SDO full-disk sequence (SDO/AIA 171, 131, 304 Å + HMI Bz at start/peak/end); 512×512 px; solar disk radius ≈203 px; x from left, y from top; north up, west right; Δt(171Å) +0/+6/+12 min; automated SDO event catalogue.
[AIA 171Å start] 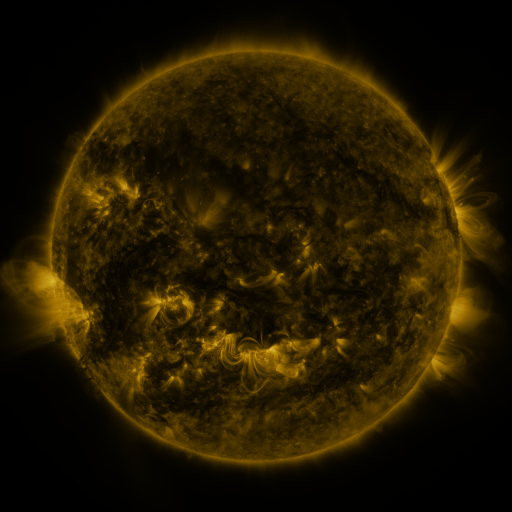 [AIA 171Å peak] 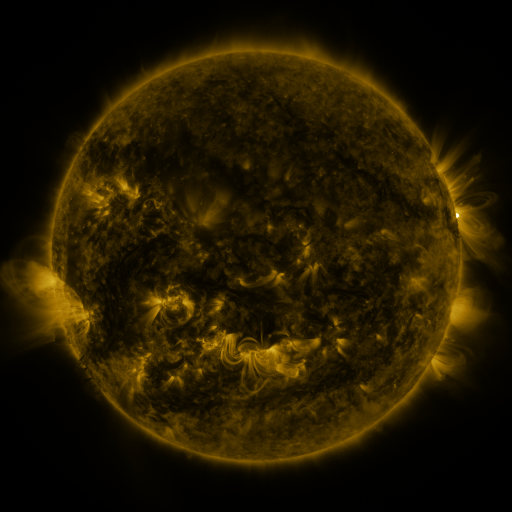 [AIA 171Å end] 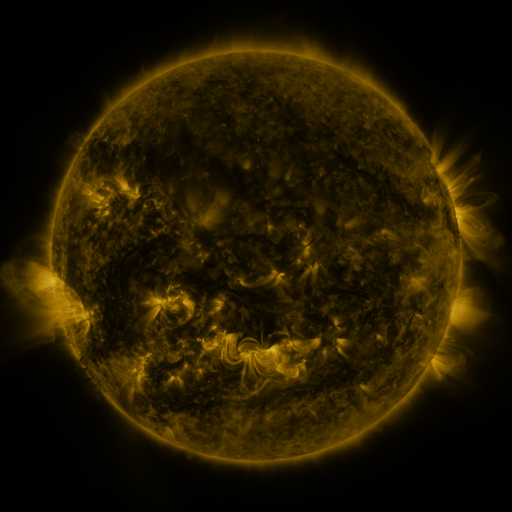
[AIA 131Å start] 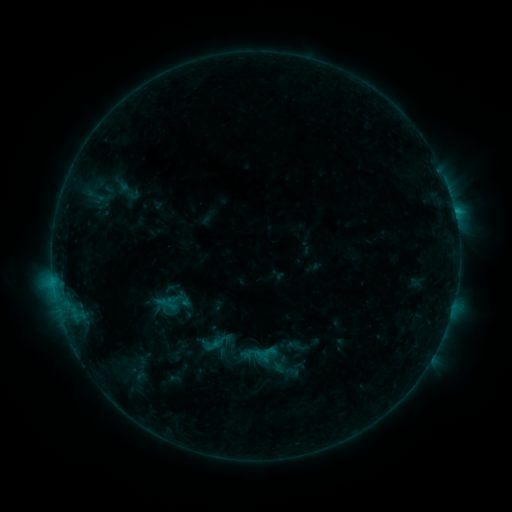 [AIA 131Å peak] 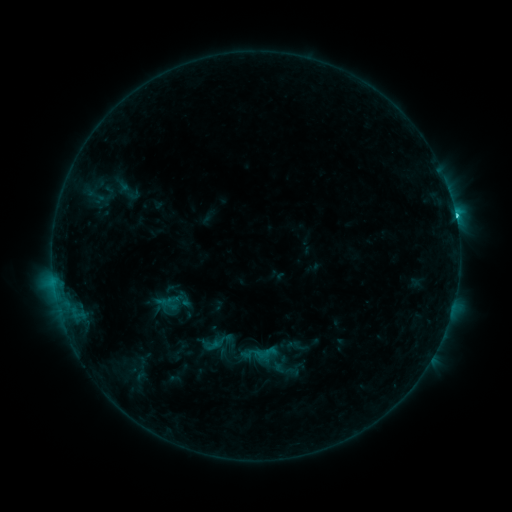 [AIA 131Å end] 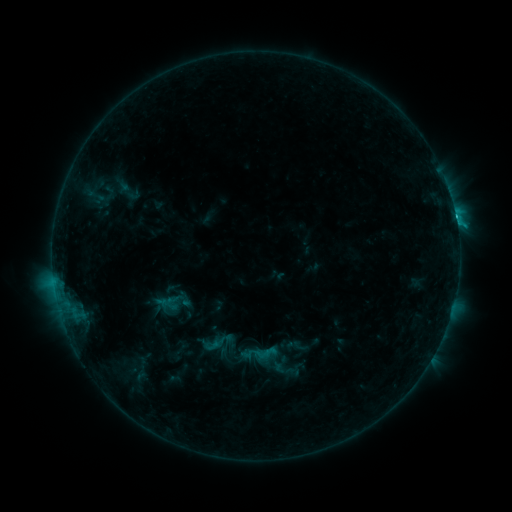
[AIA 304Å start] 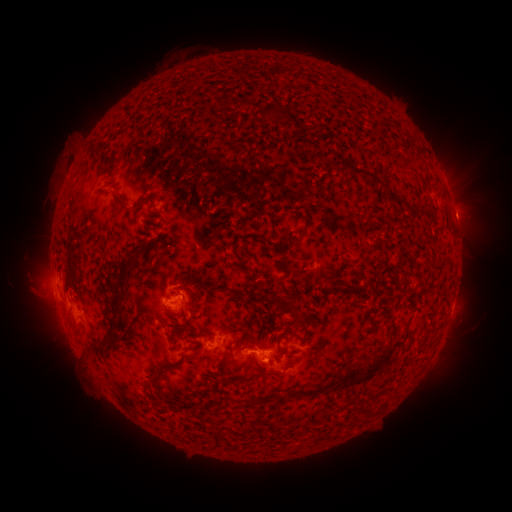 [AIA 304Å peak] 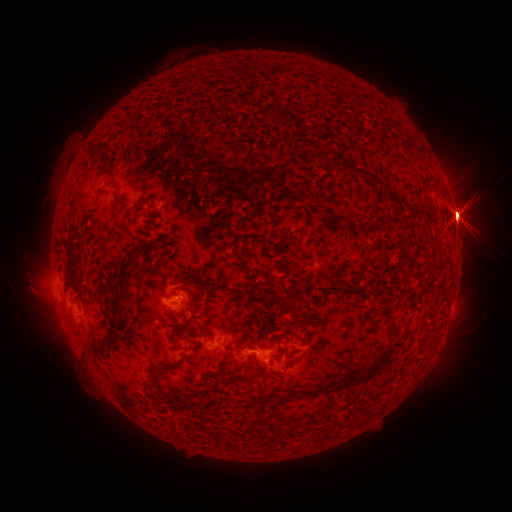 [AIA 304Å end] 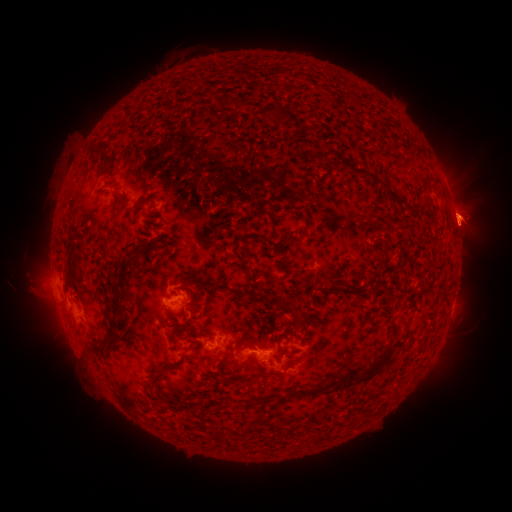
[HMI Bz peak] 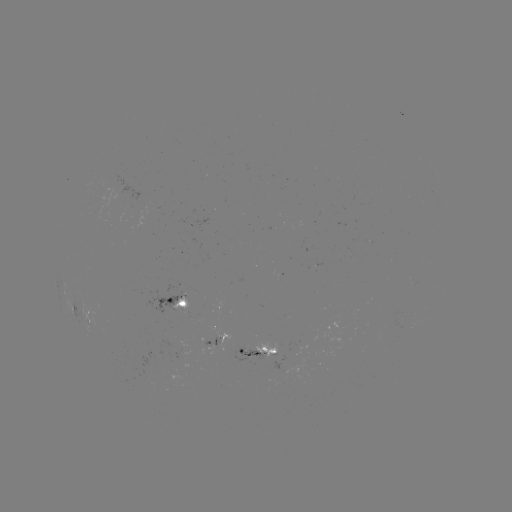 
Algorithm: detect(C4.6 flare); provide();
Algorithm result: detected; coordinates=(455, 218)